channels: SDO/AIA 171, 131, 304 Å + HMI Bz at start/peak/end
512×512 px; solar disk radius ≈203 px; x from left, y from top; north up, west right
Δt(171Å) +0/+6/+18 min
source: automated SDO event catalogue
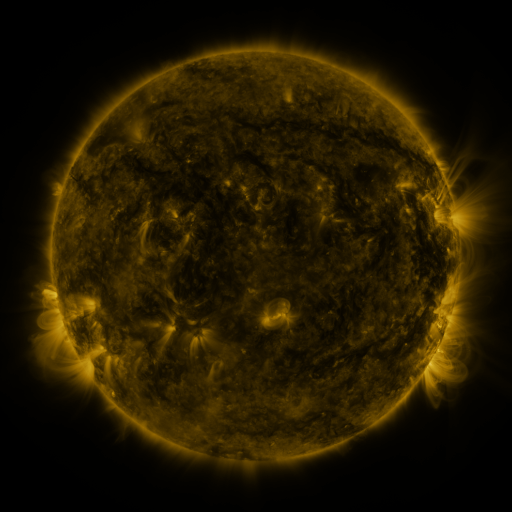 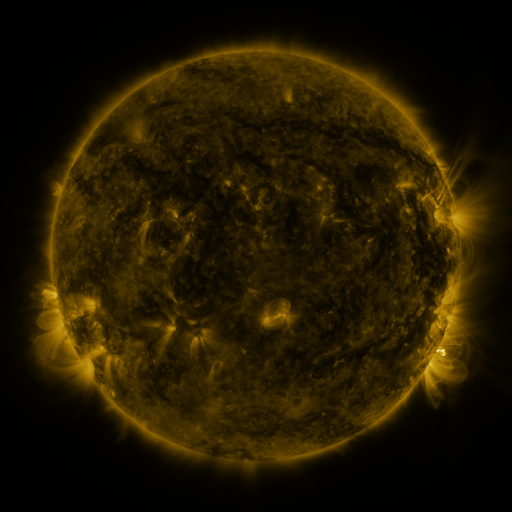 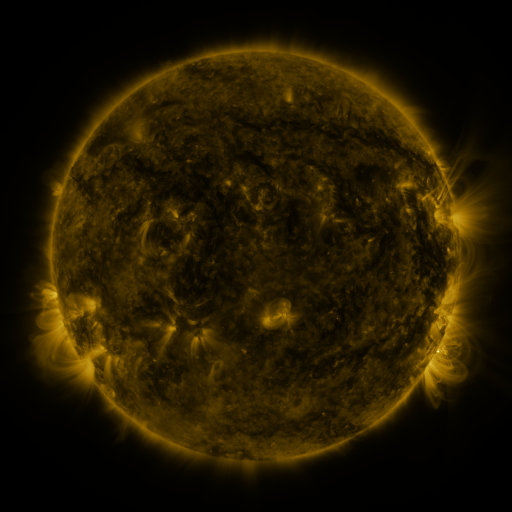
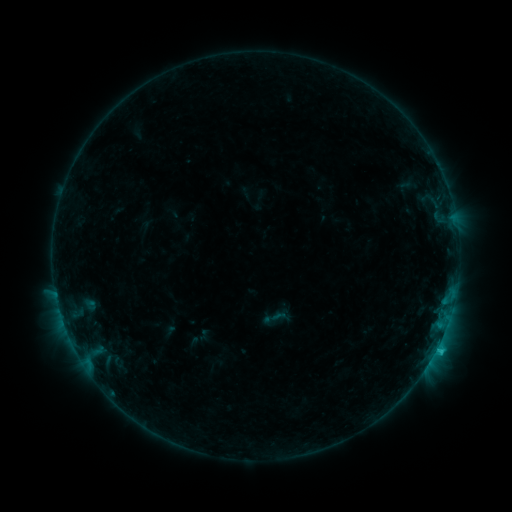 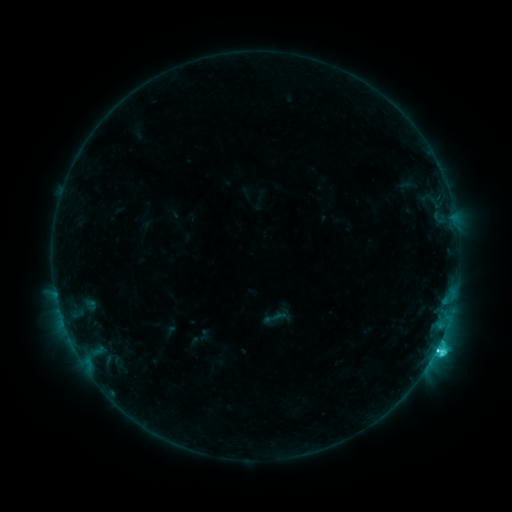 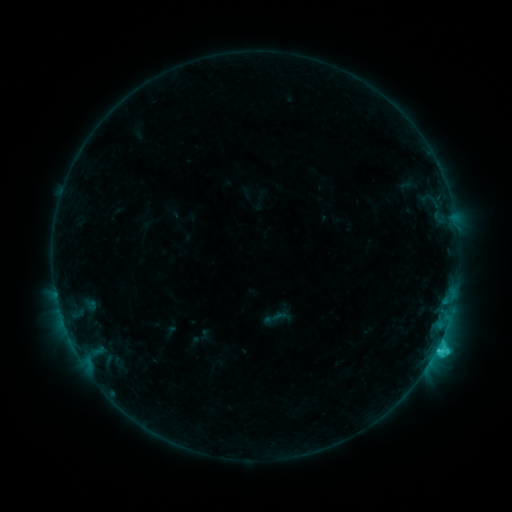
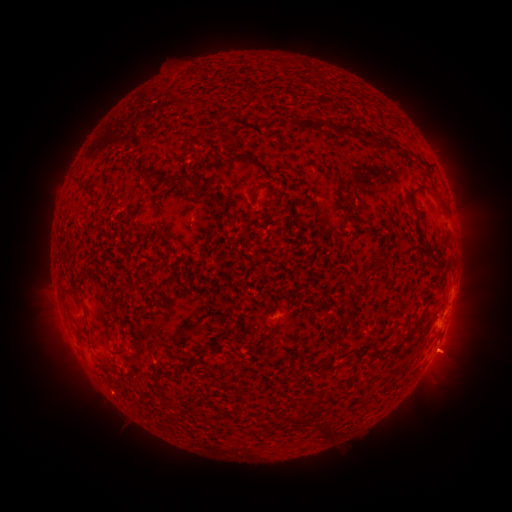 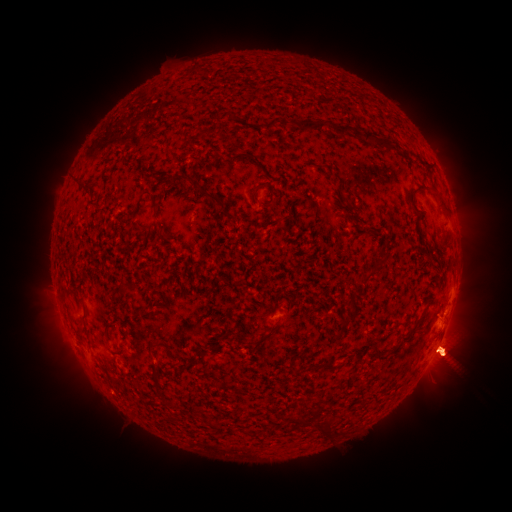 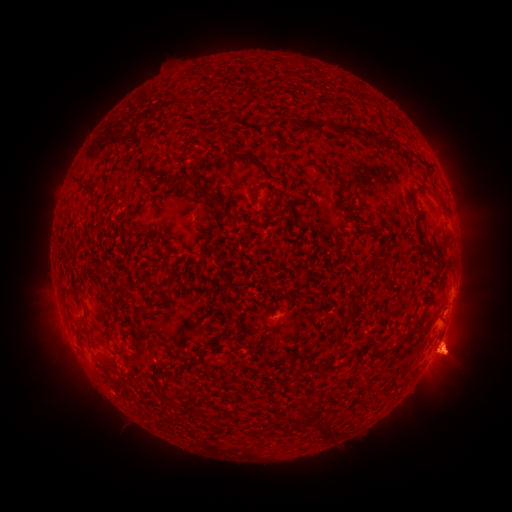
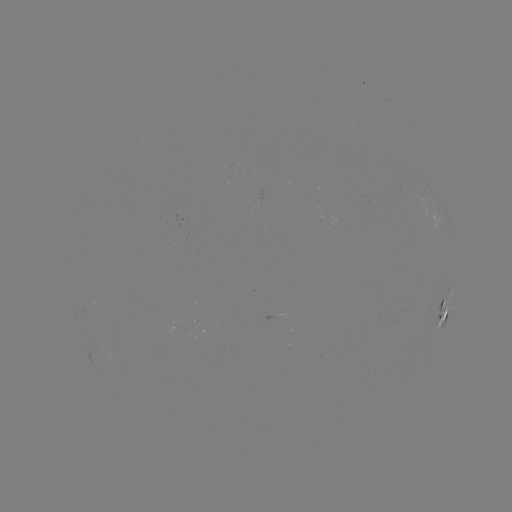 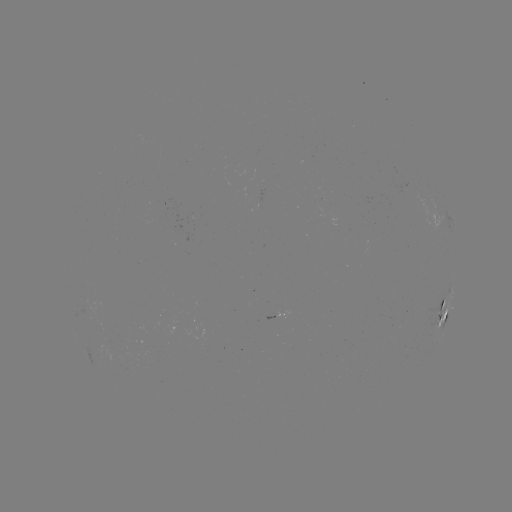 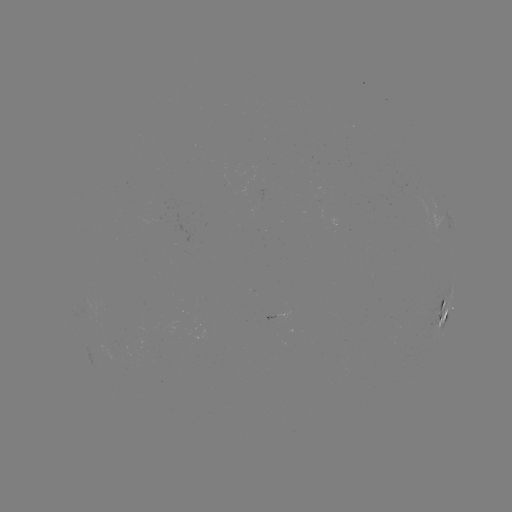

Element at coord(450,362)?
eruption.